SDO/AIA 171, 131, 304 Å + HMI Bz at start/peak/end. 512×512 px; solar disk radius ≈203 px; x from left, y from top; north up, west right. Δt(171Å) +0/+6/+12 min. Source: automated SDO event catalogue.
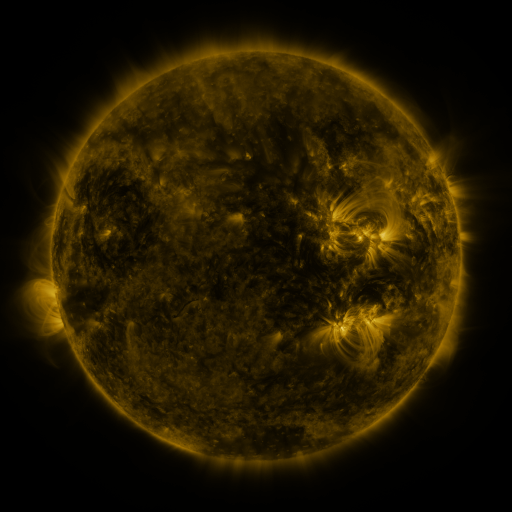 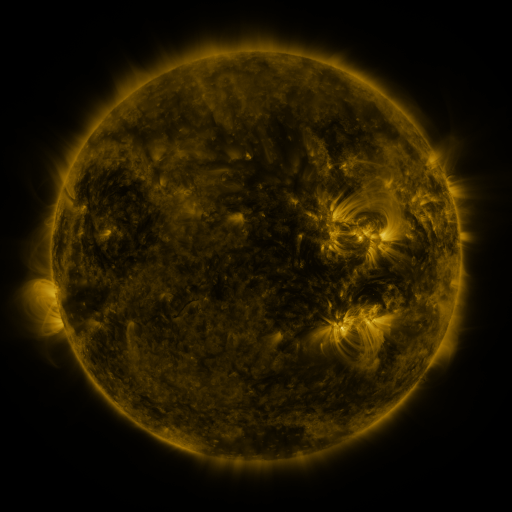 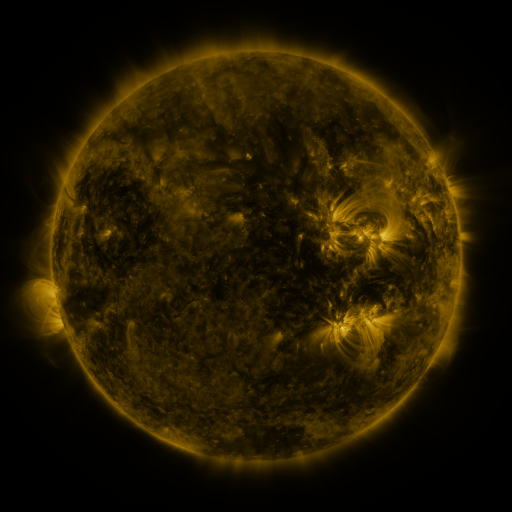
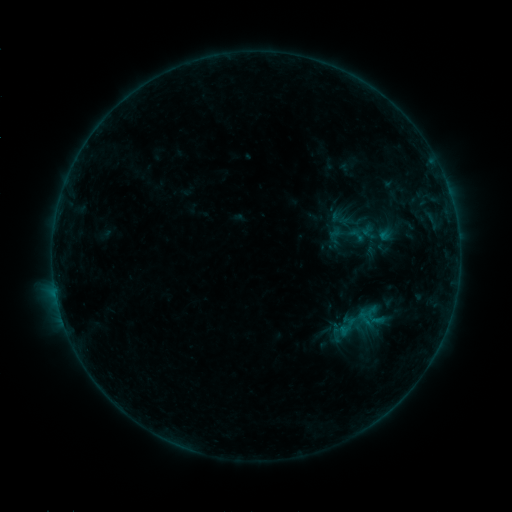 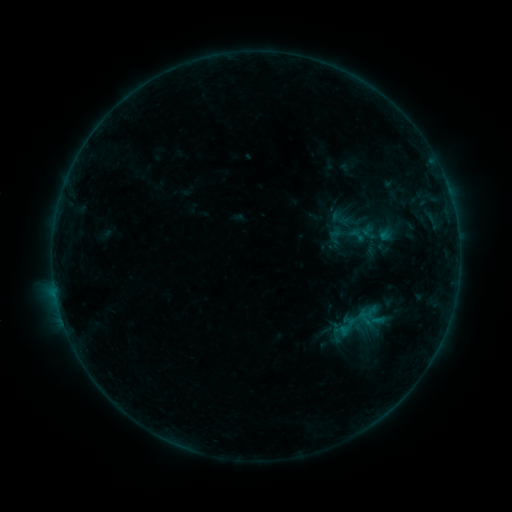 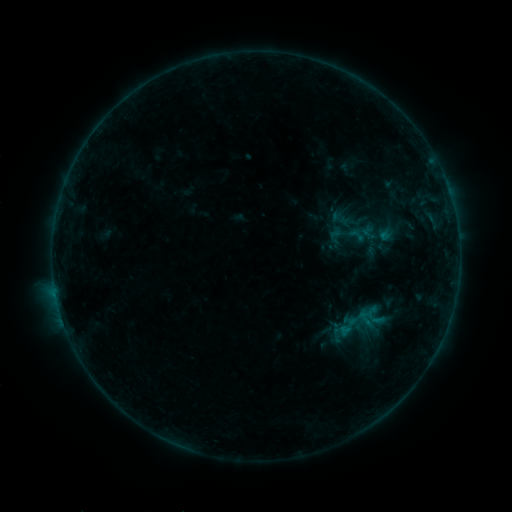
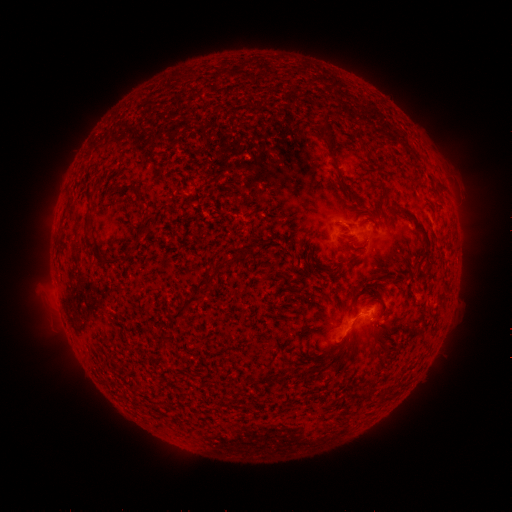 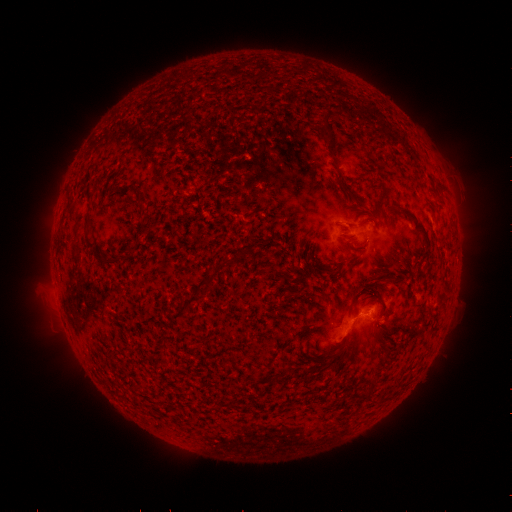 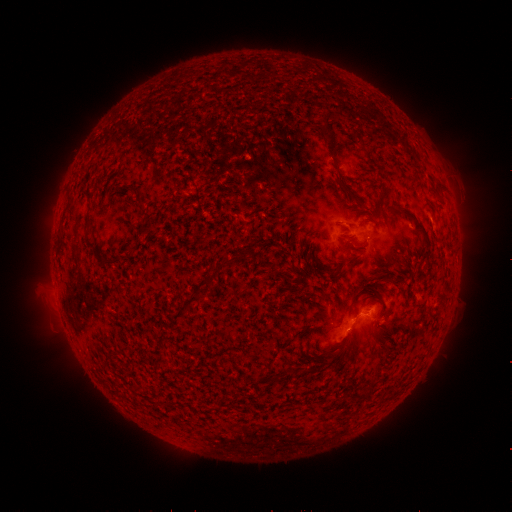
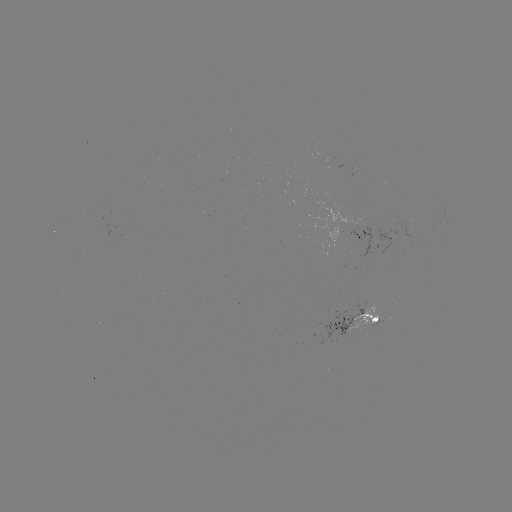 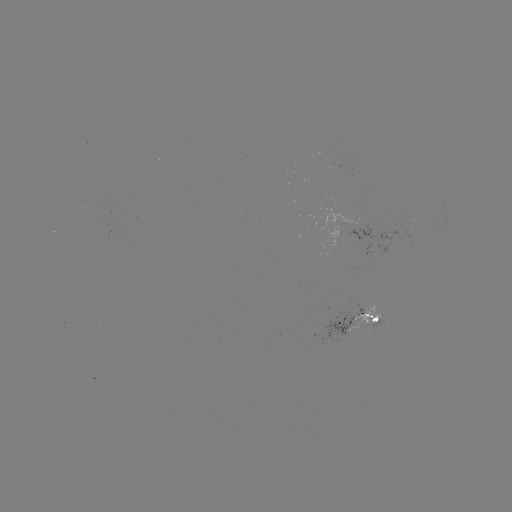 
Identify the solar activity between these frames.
no classed flare was catalogued and no EUV brightening was flagged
